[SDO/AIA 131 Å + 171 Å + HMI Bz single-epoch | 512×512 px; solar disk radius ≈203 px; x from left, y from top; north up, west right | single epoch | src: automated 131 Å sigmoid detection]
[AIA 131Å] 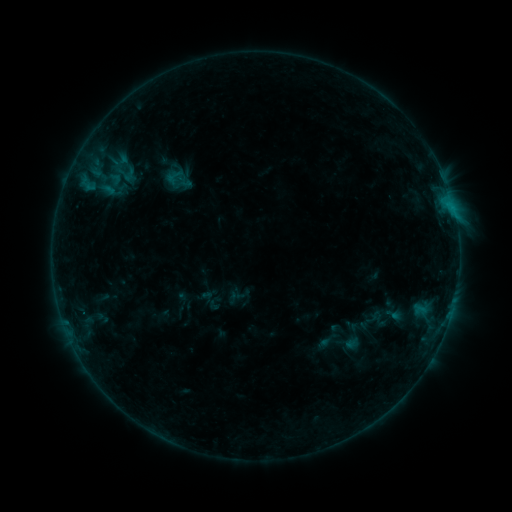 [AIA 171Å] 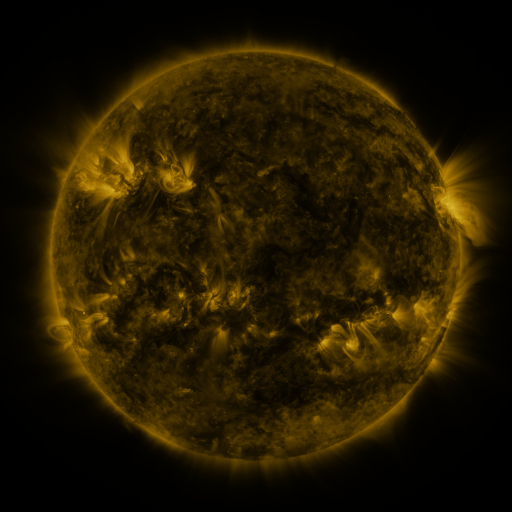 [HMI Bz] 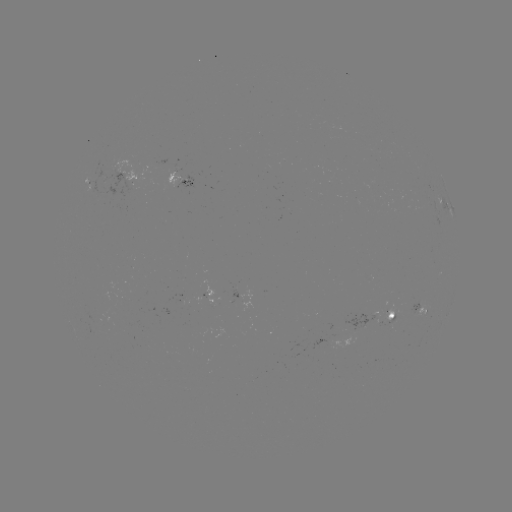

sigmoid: <bbox>165, 170, 181, 186</bbox>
